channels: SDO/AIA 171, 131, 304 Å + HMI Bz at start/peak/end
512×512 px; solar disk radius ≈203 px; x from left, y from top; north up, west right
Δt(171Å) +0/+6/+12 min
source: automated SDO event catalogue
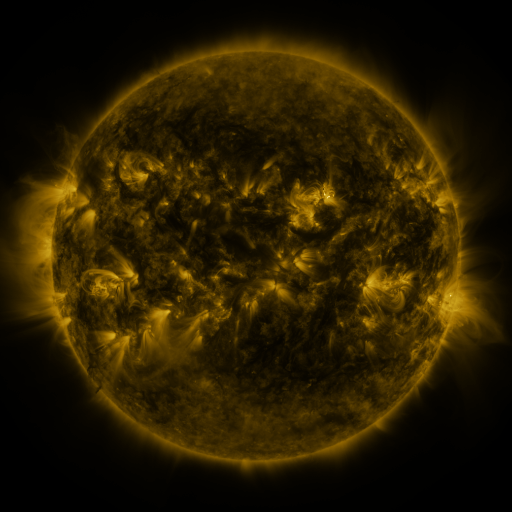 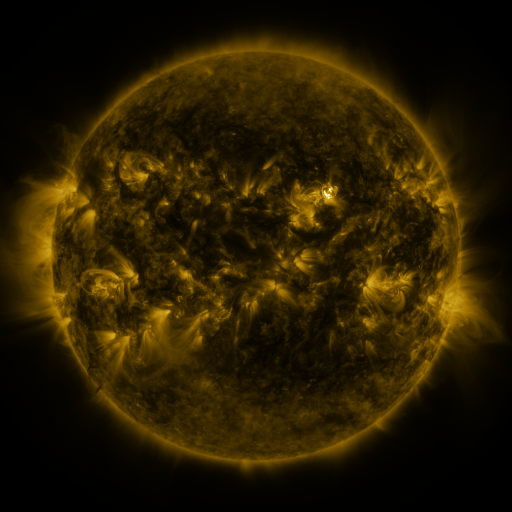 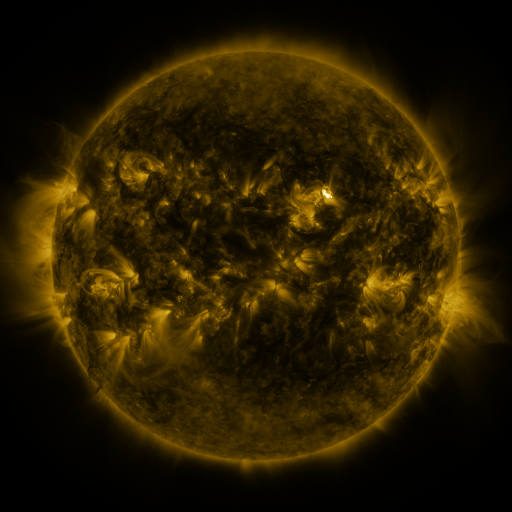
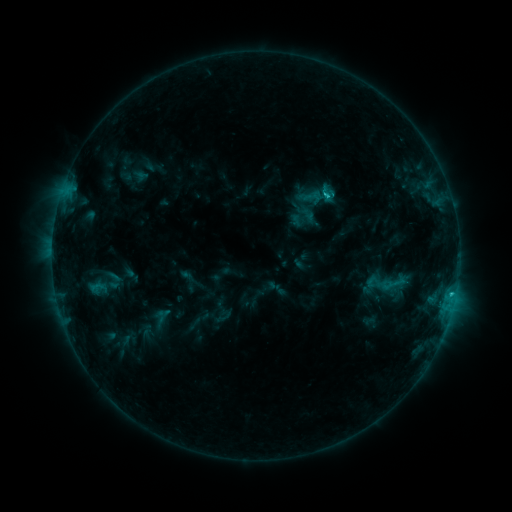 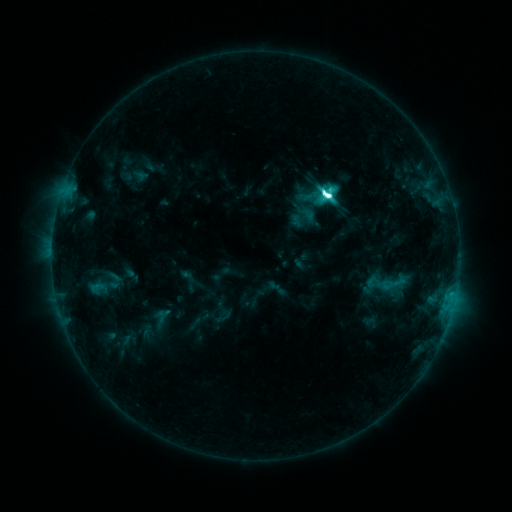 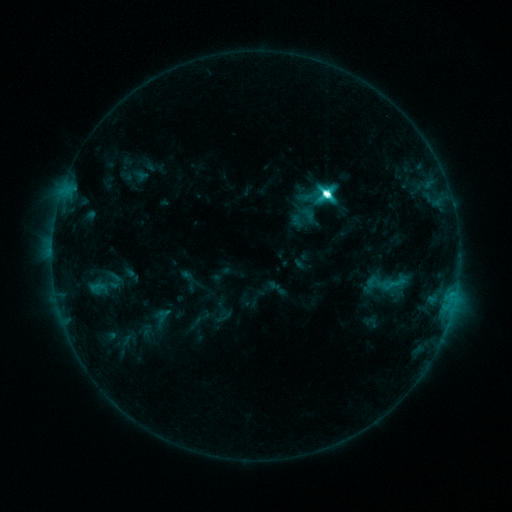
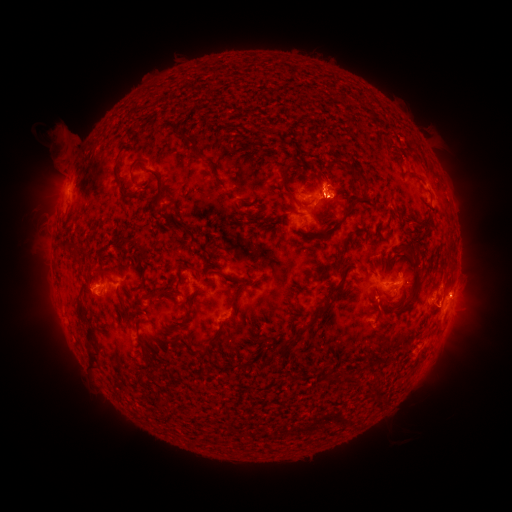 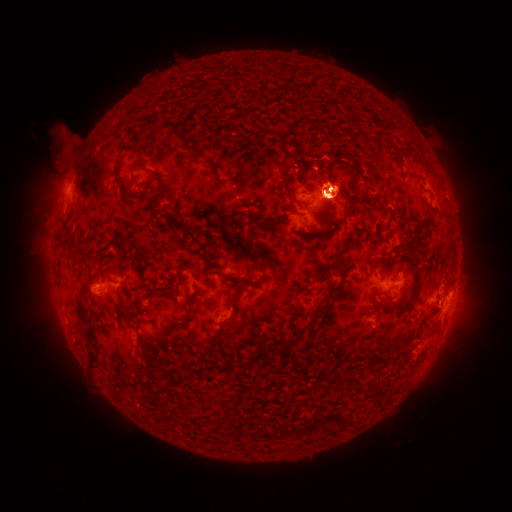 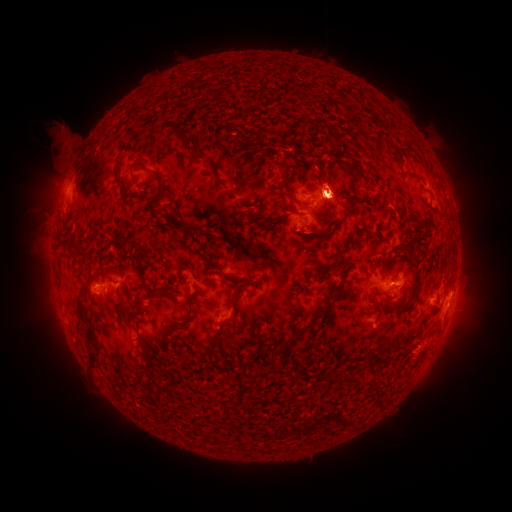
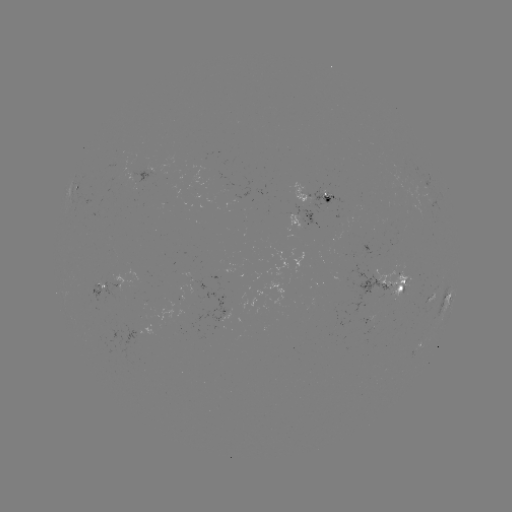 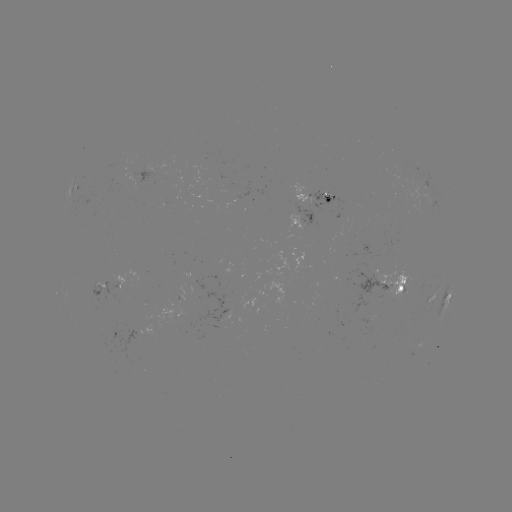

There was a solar eruption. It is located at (331, 131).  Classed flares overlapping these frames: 1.